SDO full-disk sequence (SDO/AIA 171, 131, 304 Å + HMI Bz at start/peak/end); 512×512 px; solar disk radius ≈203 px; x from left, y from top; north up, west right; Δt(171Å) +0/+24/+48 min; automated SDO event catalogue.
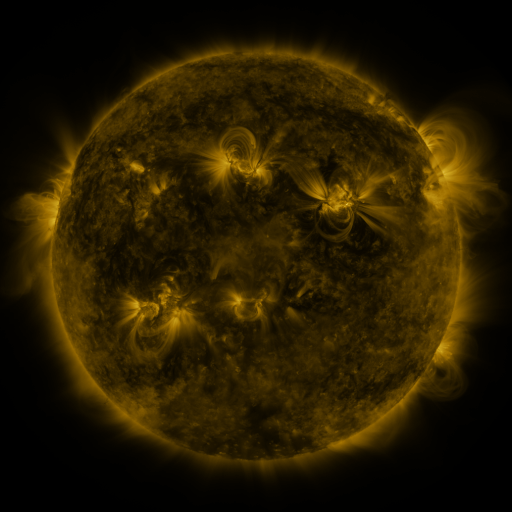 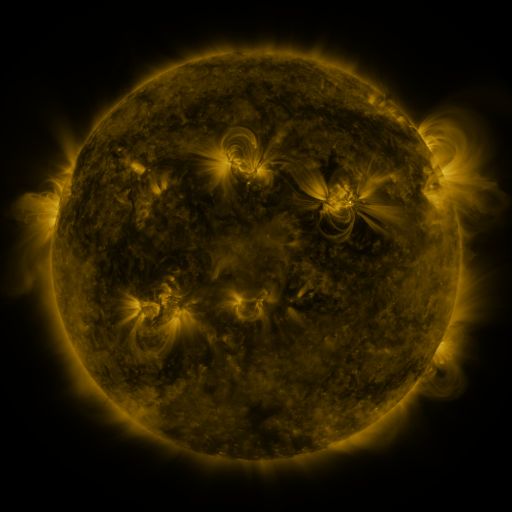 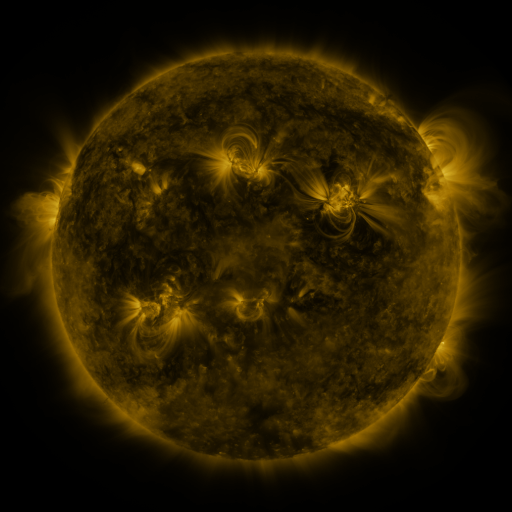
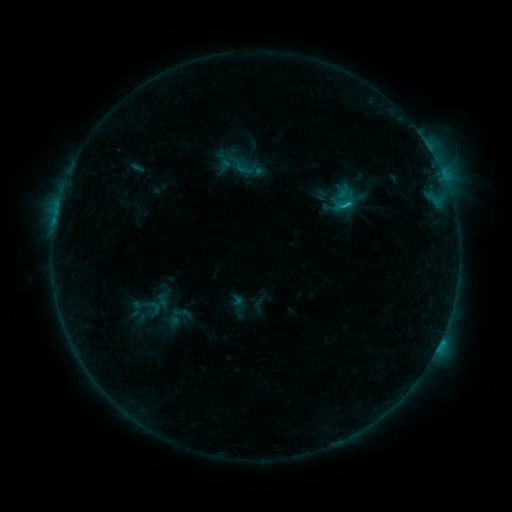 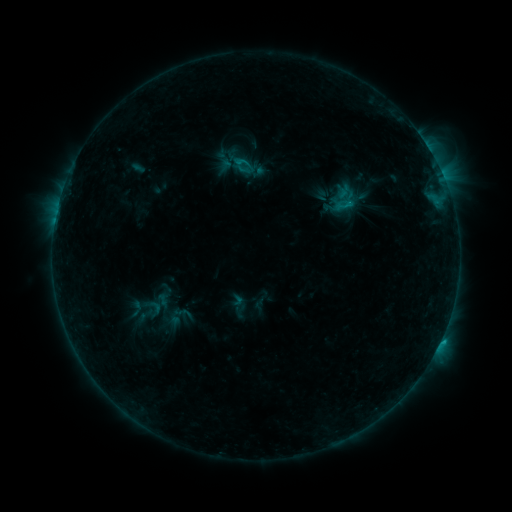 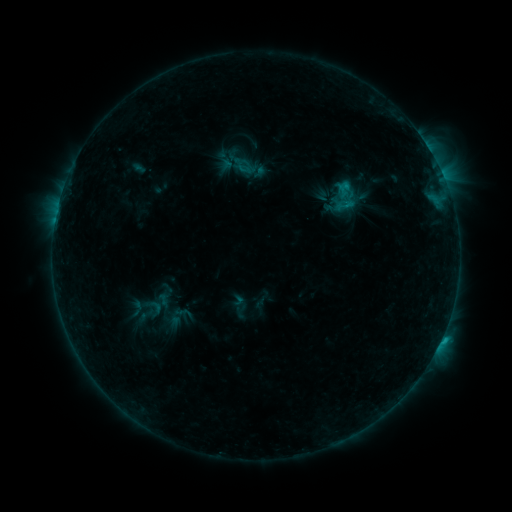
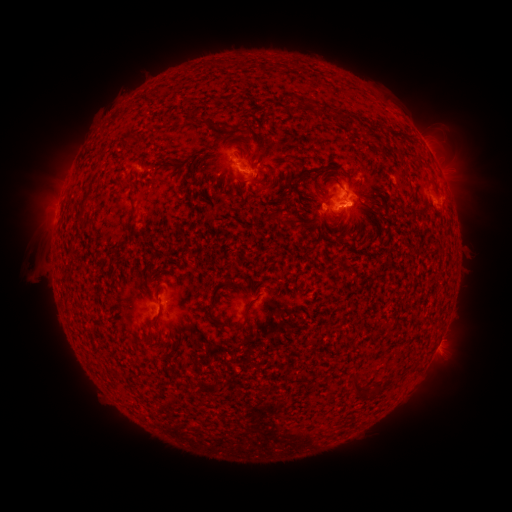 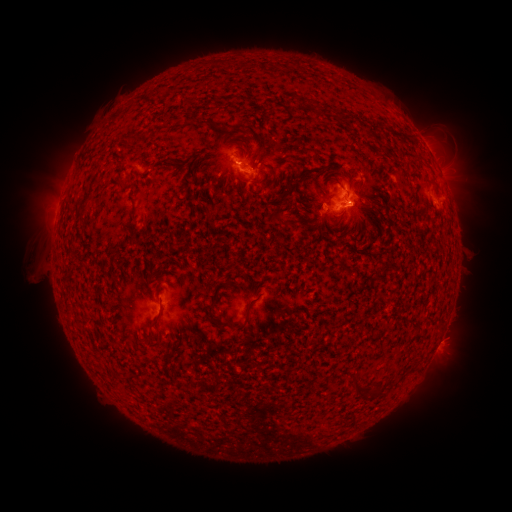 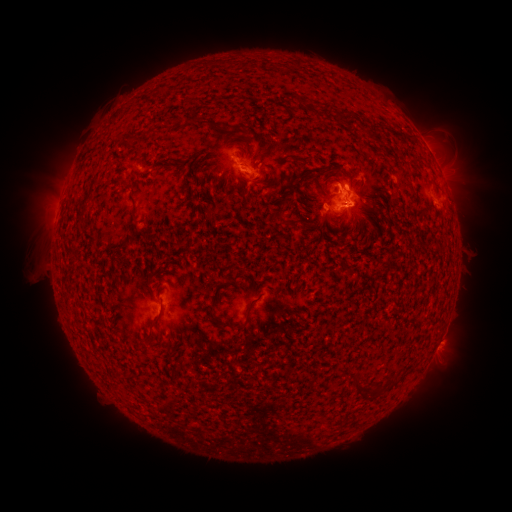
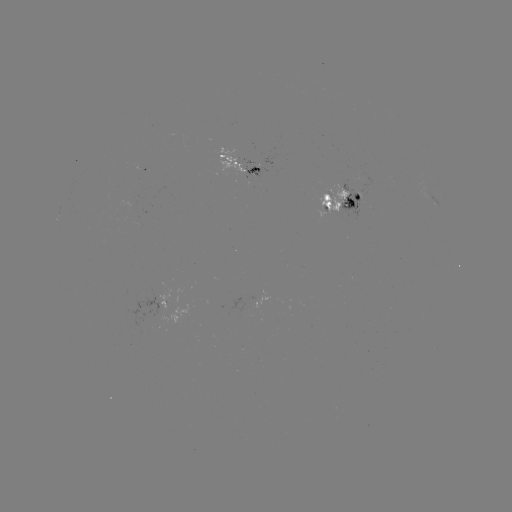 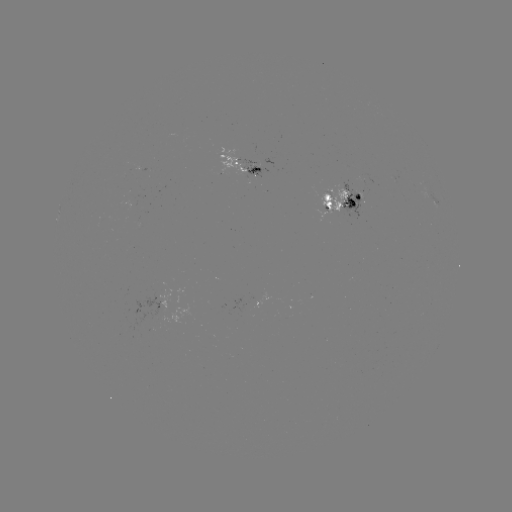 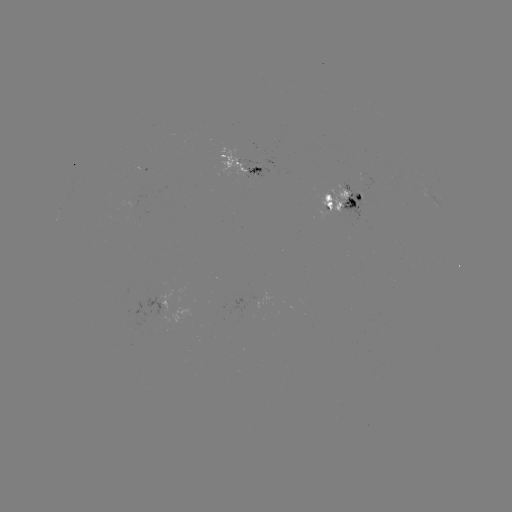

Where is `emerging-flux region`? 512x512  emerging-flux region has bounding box [320, 185, 348, 216].